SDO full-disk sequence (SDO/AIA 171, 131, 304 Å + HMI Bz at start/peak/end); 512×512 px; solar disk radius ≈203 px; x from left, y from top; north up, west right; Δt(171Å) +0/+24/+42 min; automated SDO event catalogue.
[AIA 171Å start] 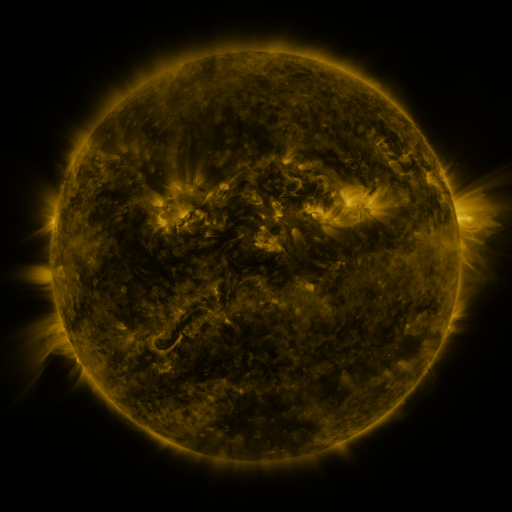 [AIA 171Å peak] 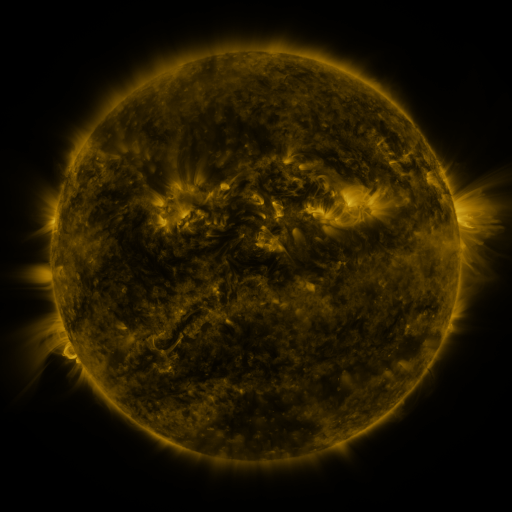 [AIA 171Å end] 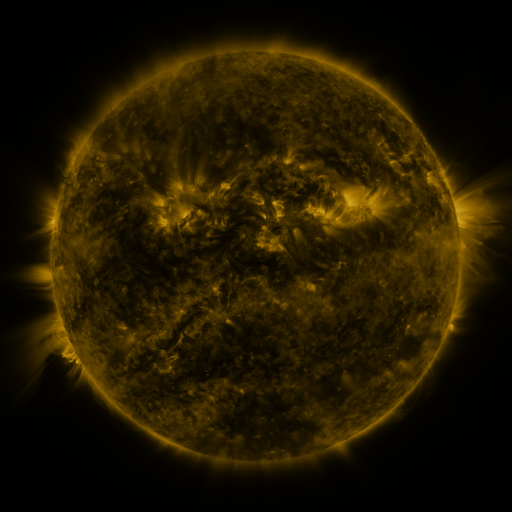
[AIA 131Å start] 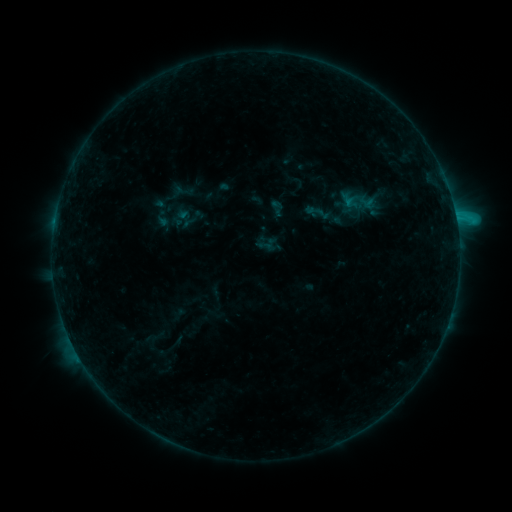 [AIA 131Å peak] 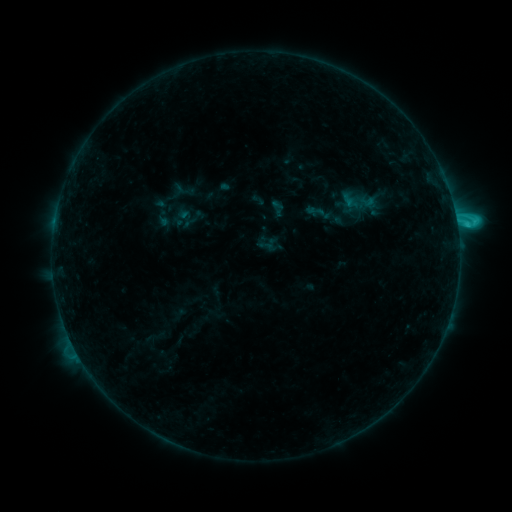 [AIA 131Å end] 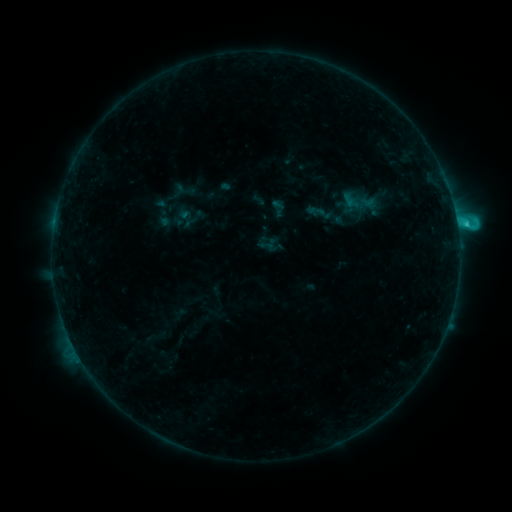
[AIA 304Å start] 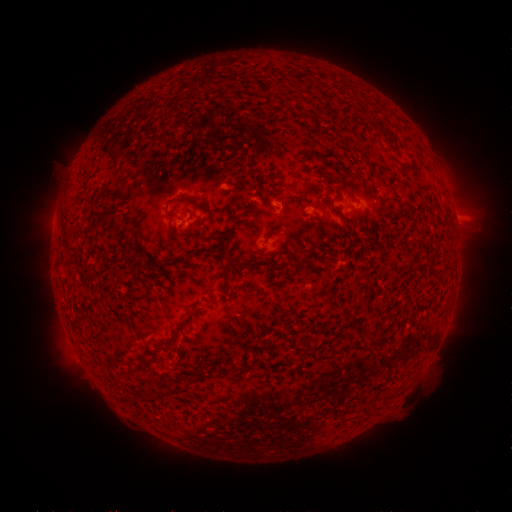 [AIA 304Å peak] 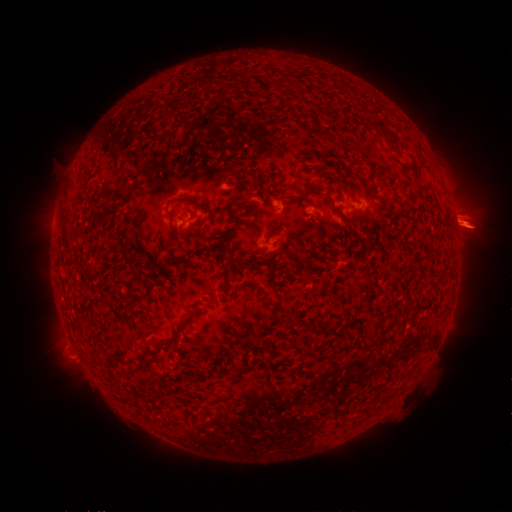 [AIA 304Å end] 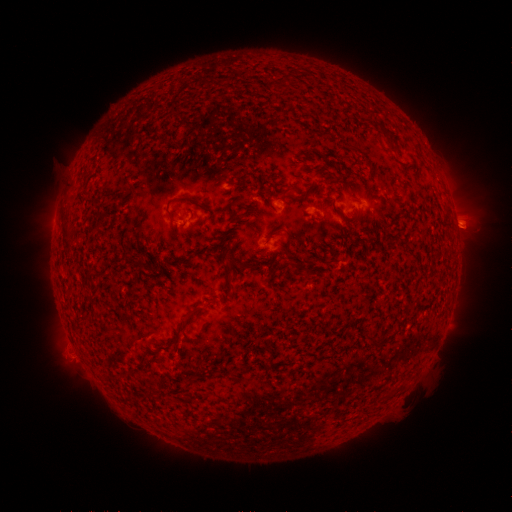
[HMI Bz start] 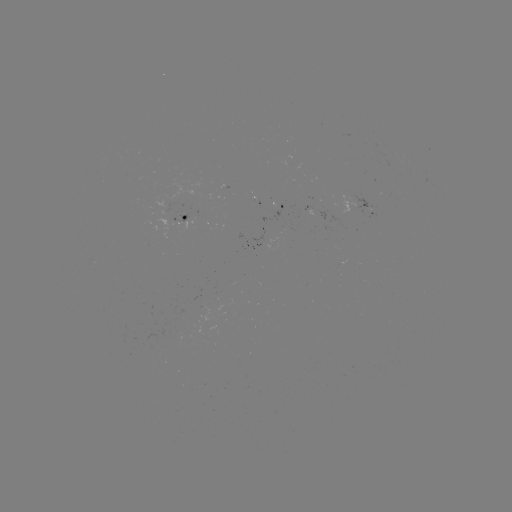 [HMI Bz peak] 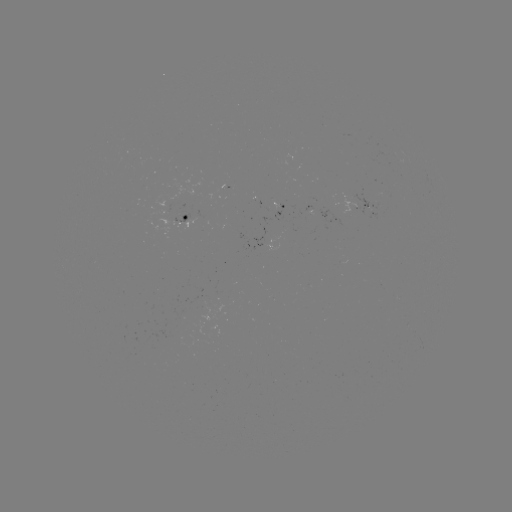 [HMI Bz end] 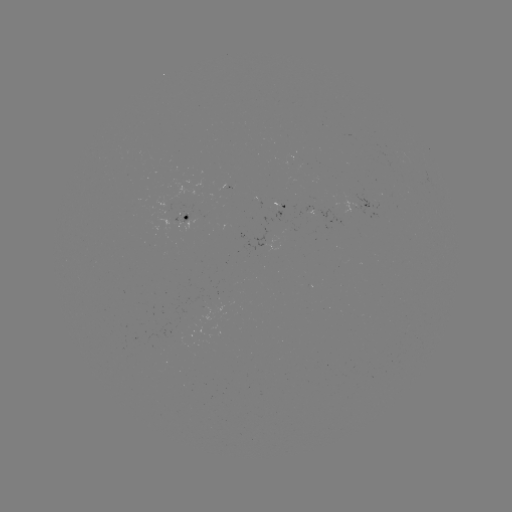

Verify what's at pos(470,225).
eruption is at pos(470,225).